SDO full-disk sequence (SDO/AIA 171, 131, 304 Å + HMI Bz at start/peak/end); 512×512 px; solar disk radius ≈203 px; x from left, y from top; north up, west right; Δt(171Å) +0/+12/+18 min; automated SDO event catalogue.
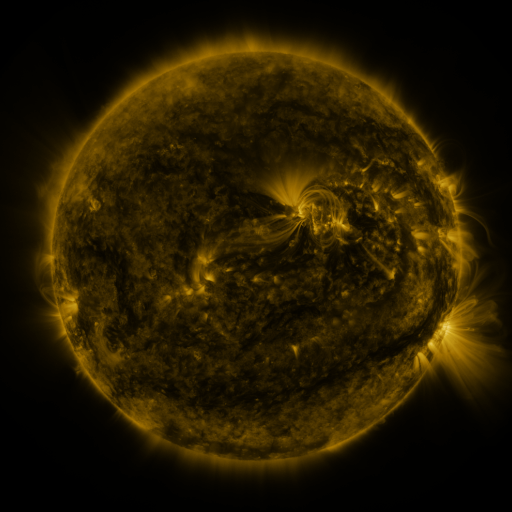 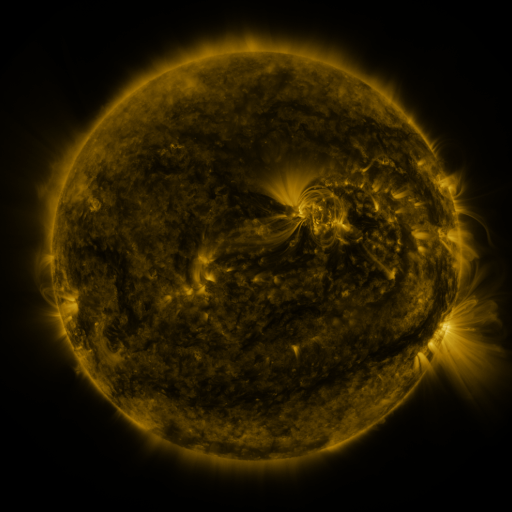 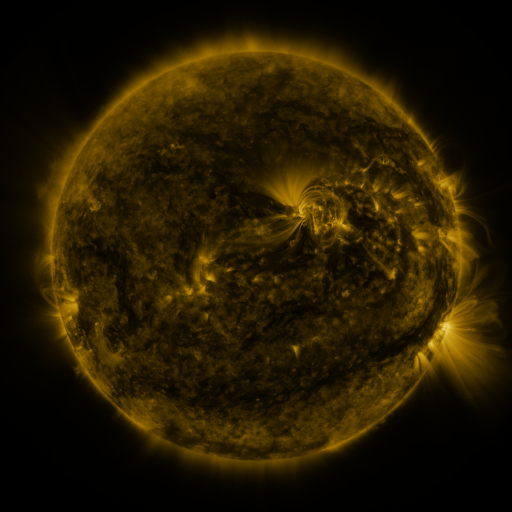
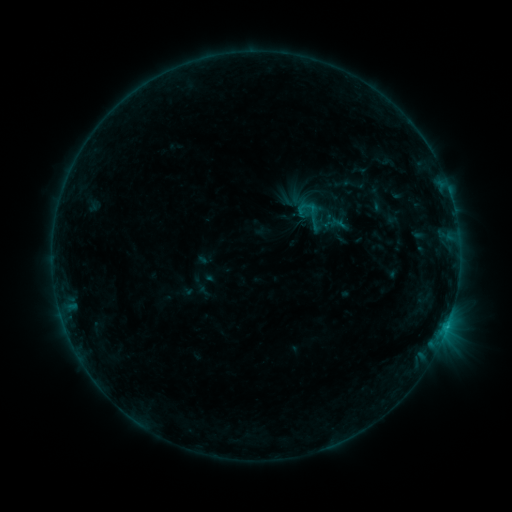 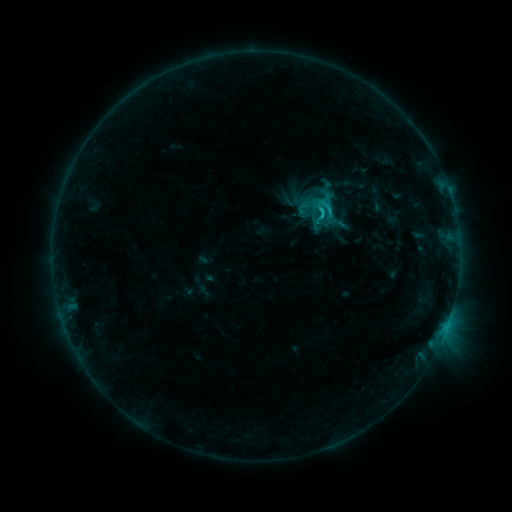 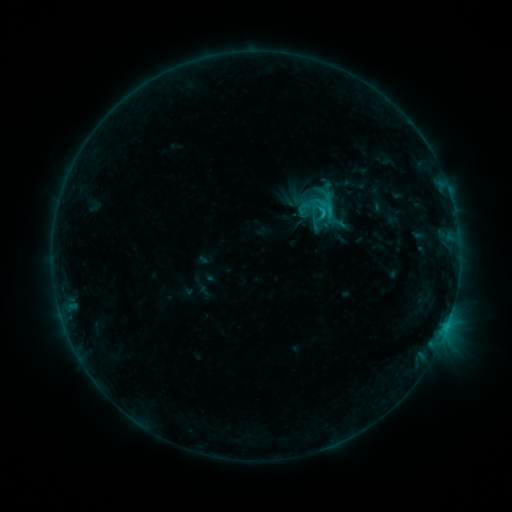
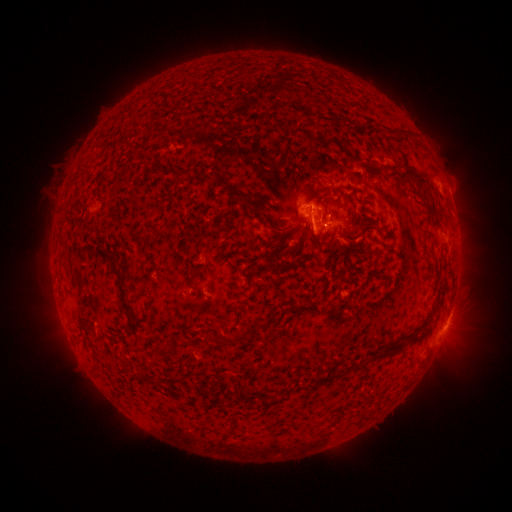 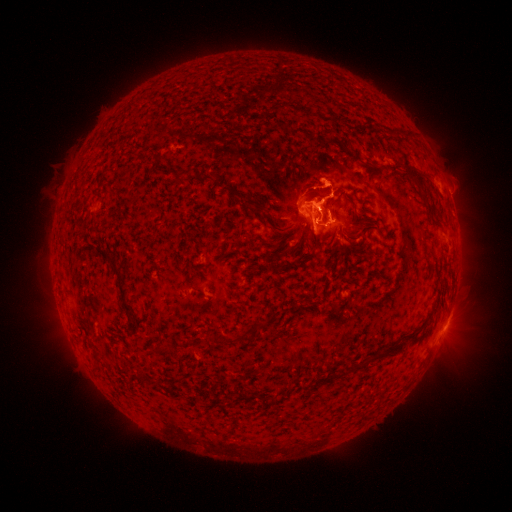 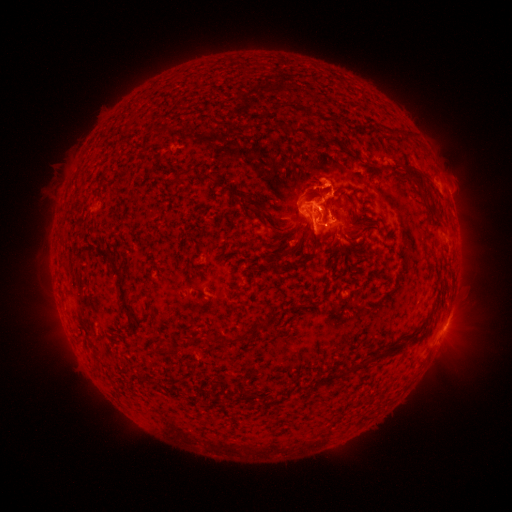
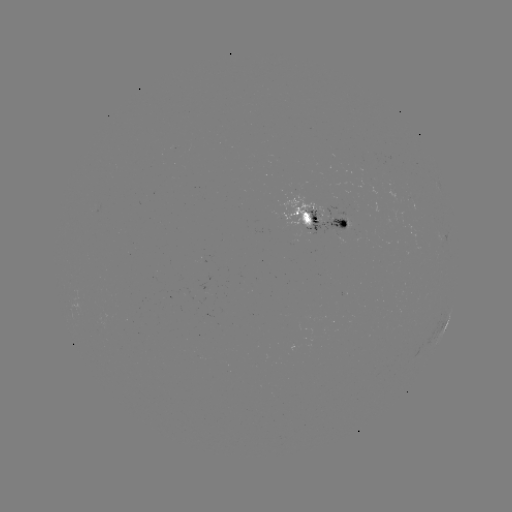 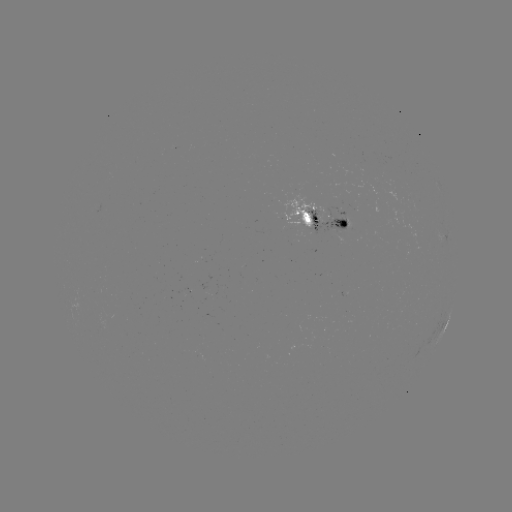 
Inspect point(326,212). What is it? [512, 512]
C1.9 flare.